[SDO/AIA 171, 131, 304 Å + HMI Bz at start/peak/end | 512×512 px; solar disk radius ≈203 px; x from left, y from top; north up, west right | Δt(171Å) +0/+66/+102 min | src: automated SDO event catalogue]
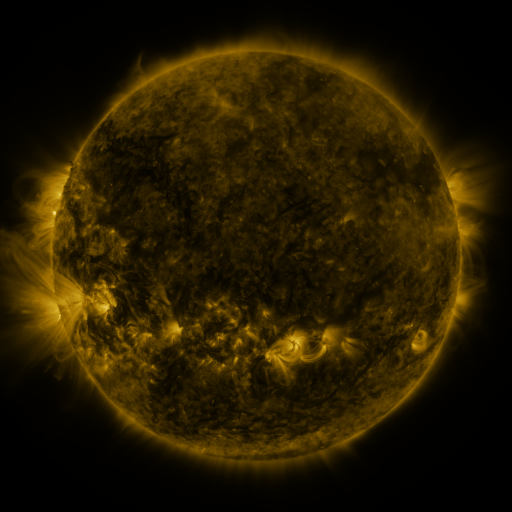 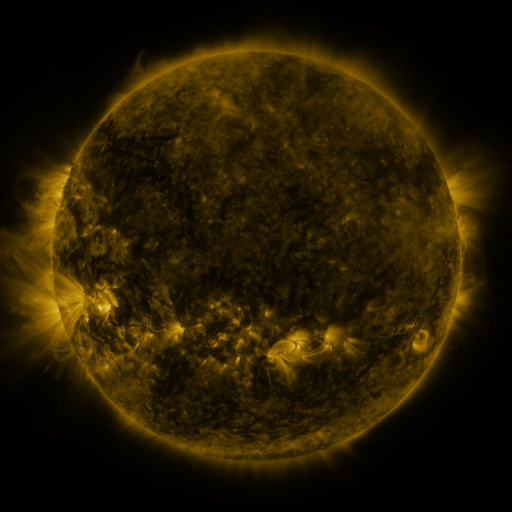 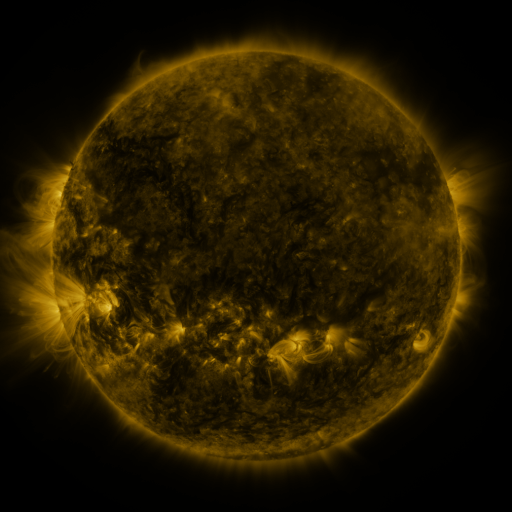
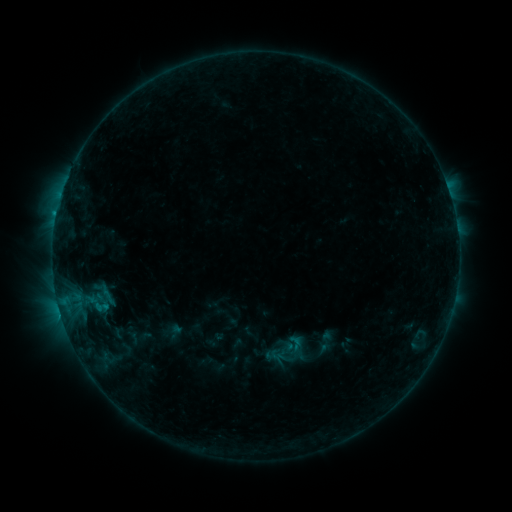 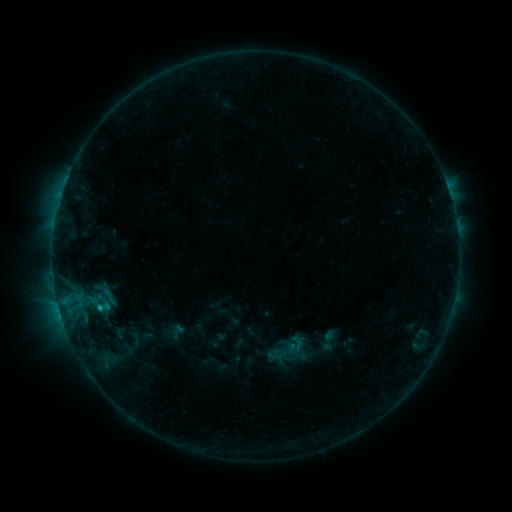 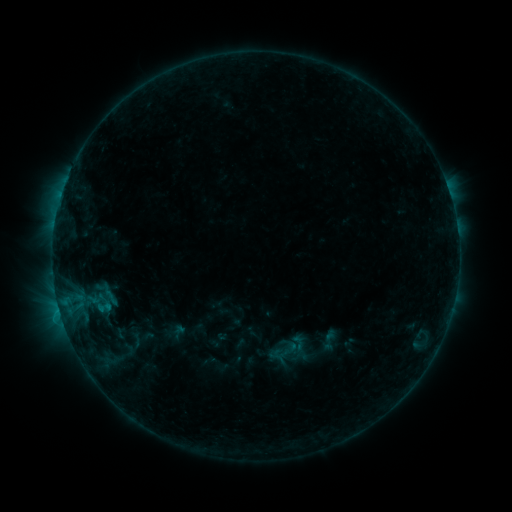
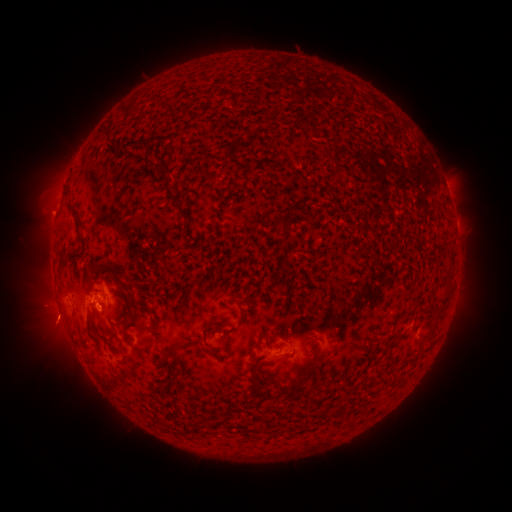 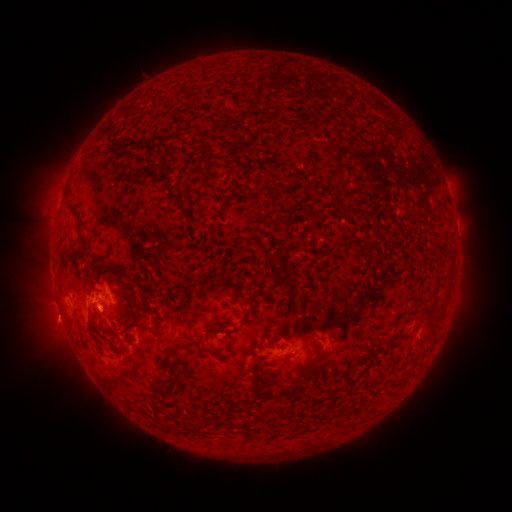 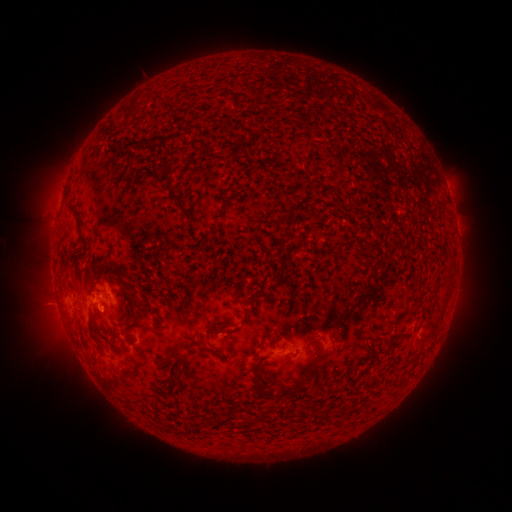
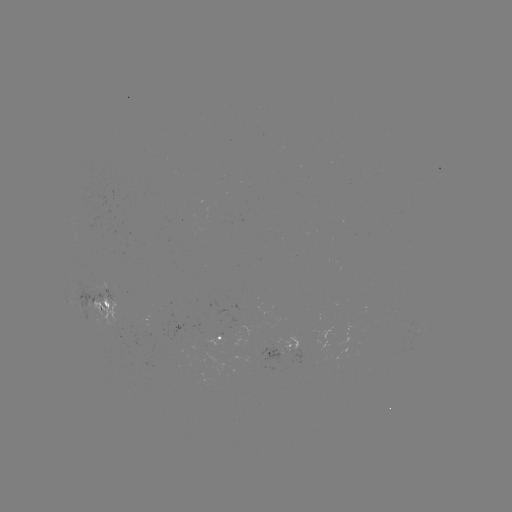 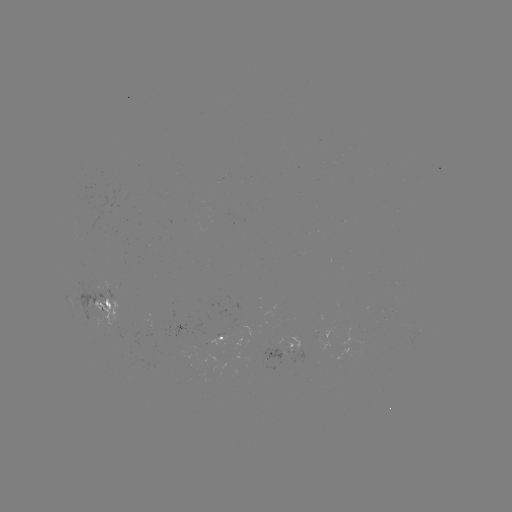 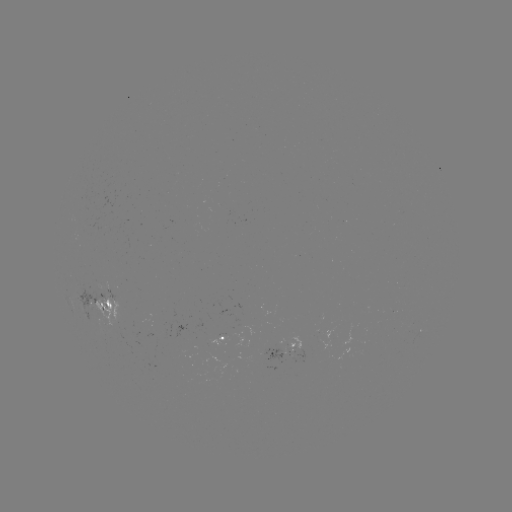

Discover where emerging-flux region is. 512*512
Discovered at [290, 347].